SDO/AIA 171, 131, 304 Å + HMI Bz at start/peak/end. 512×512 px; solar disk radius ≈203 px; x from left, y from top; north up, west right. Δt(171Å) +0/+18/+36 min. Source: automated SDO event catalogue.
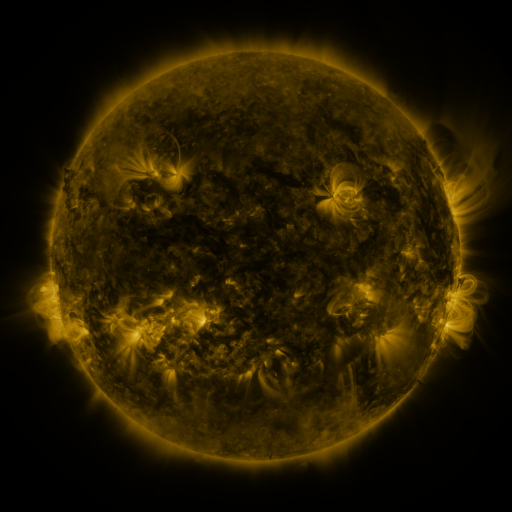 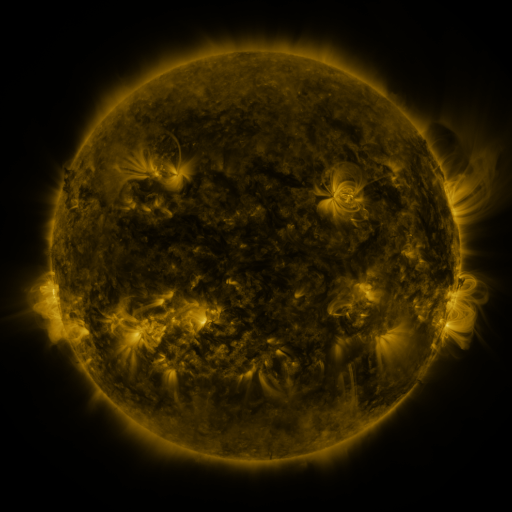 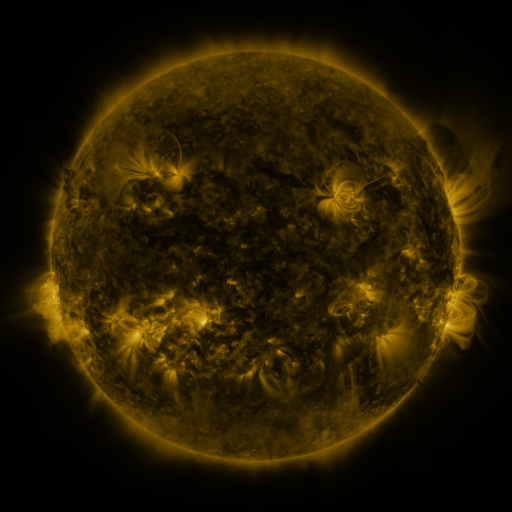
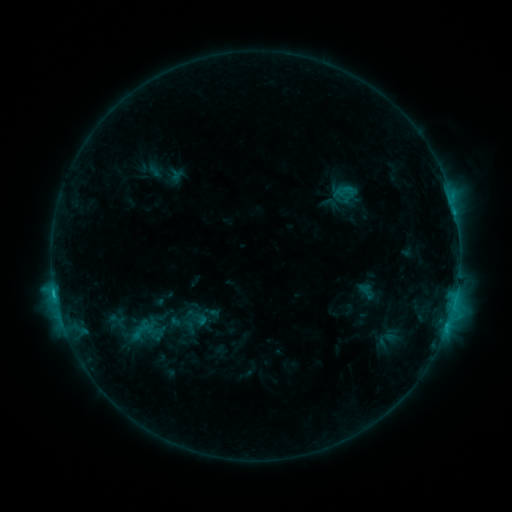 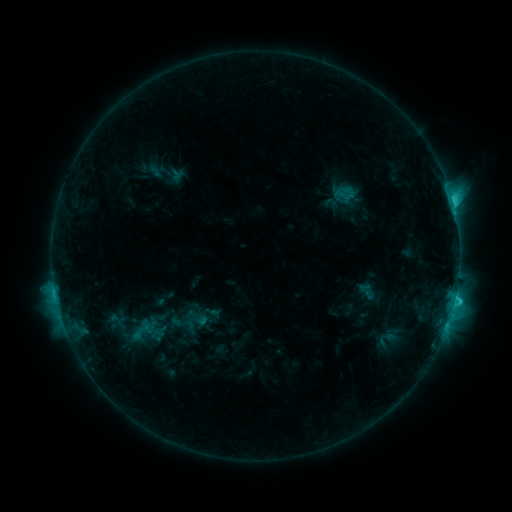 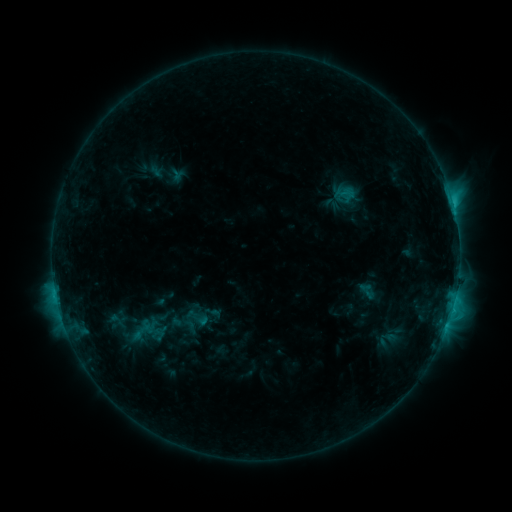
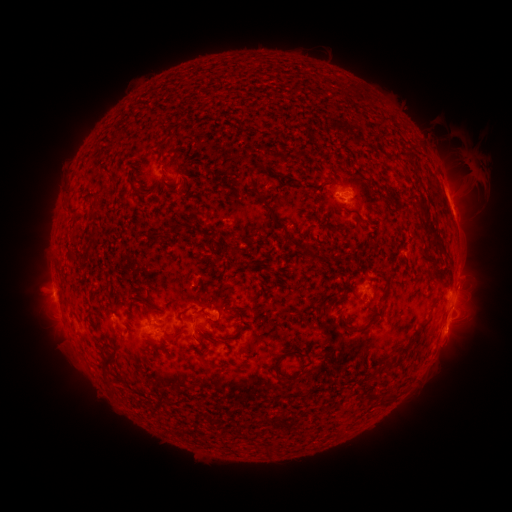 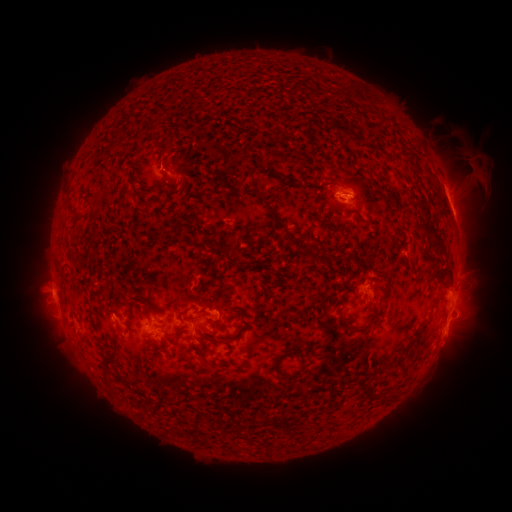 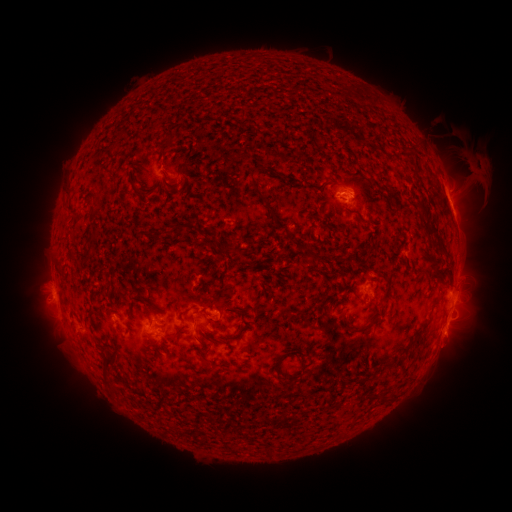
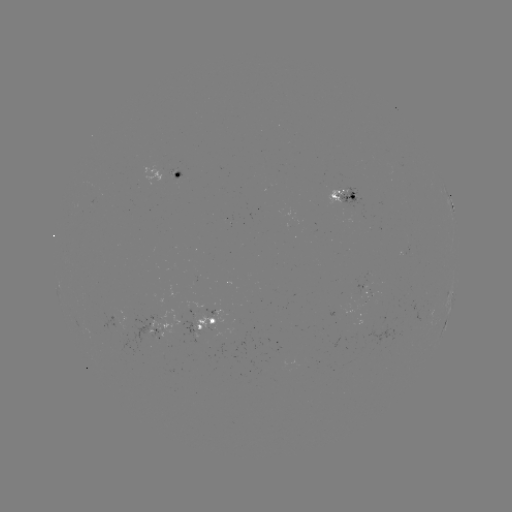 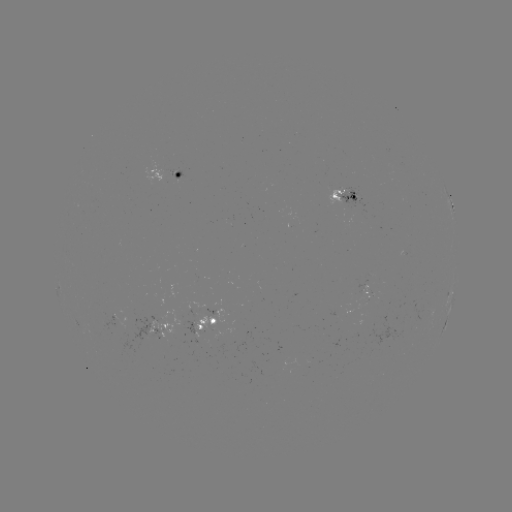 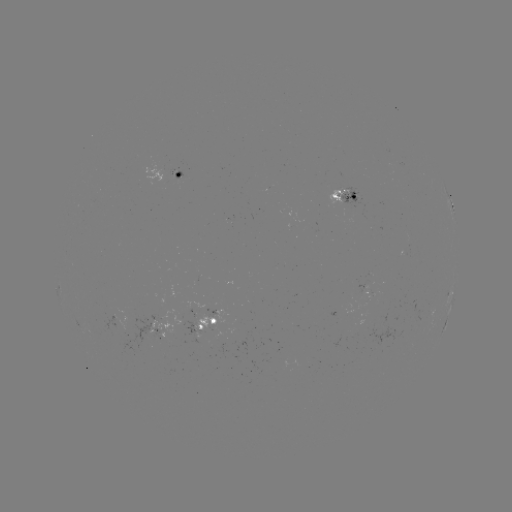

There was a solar flare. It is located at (454, 298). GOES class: C2.9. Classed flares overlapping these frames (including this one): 1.